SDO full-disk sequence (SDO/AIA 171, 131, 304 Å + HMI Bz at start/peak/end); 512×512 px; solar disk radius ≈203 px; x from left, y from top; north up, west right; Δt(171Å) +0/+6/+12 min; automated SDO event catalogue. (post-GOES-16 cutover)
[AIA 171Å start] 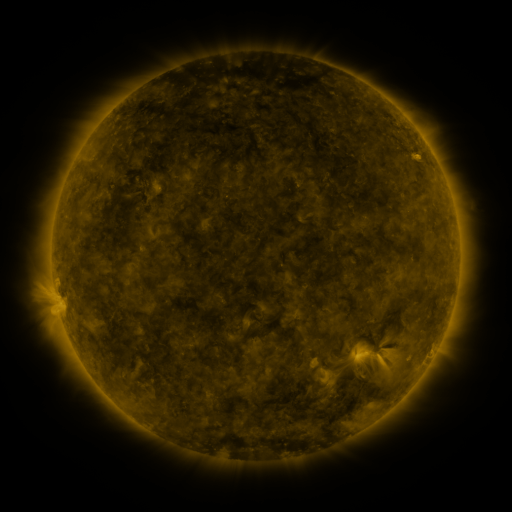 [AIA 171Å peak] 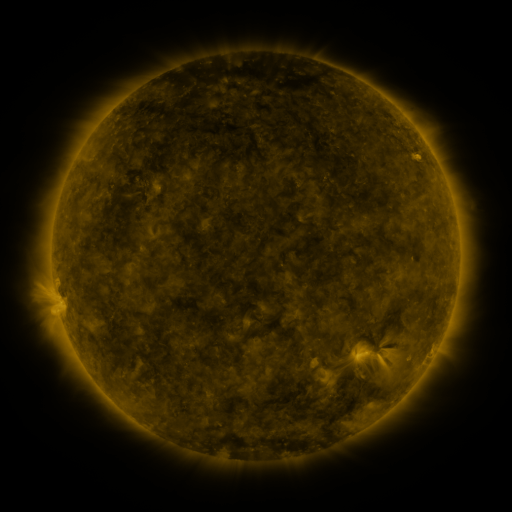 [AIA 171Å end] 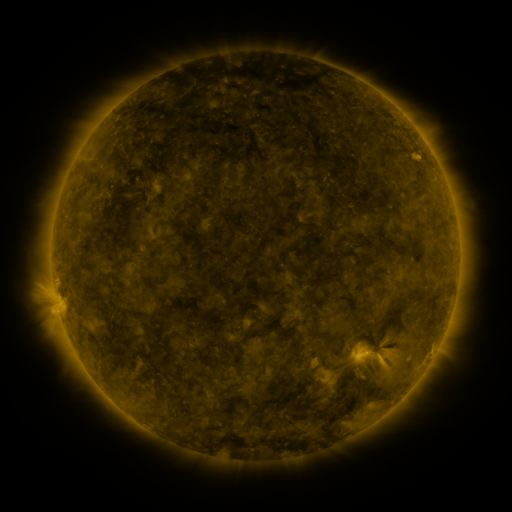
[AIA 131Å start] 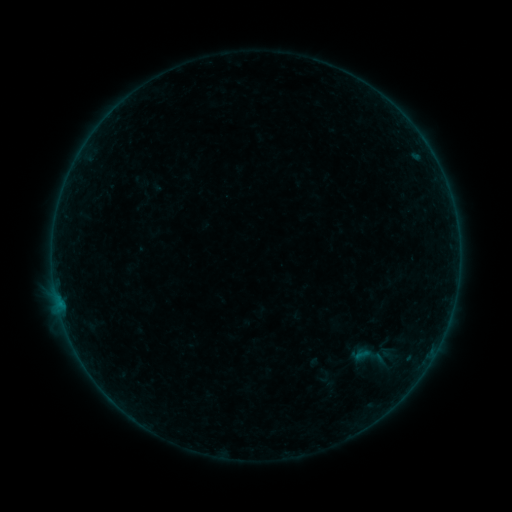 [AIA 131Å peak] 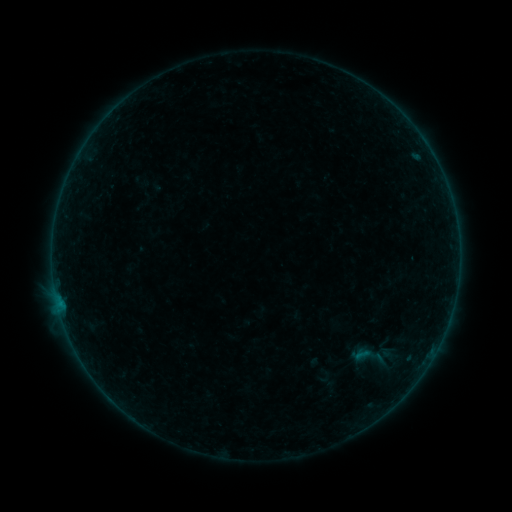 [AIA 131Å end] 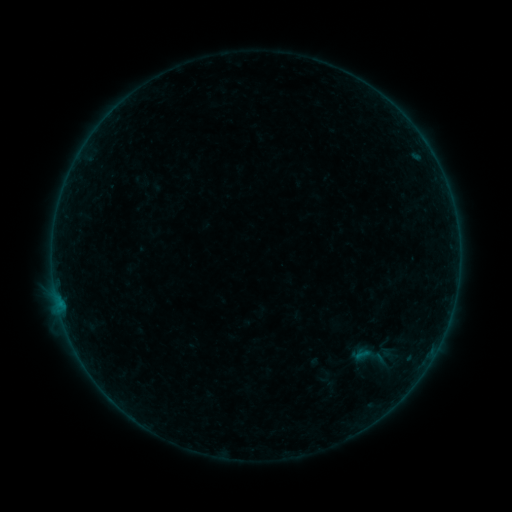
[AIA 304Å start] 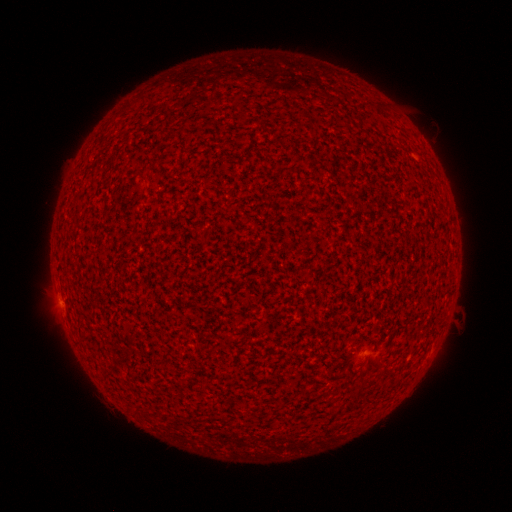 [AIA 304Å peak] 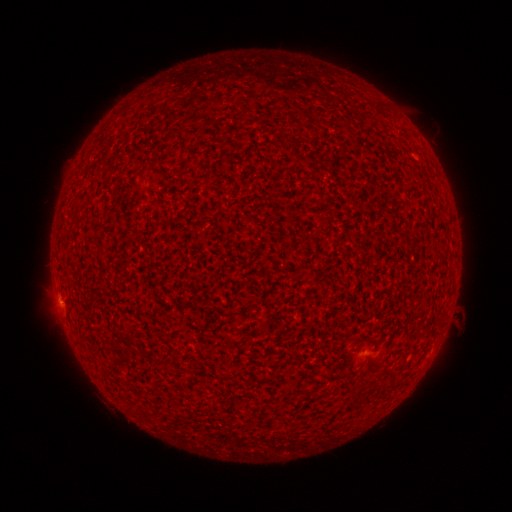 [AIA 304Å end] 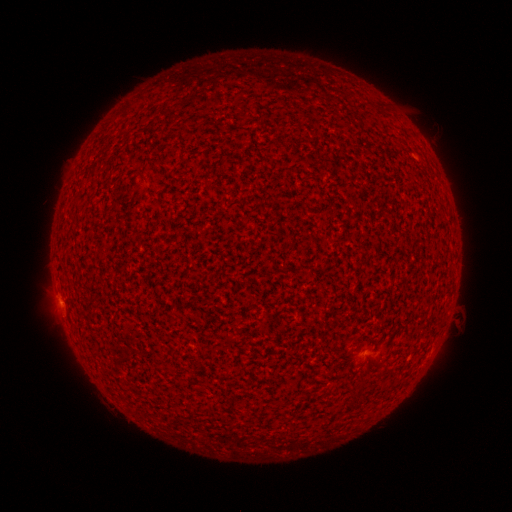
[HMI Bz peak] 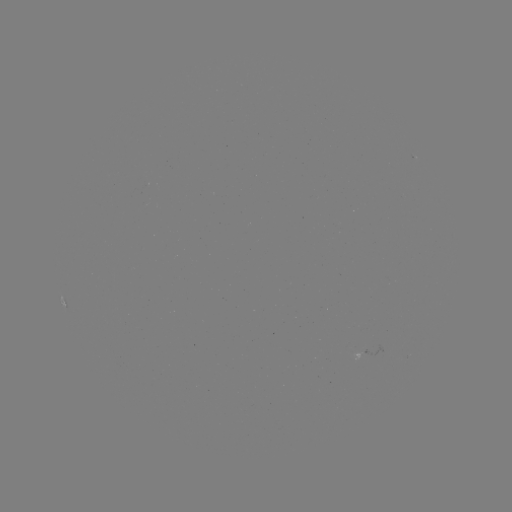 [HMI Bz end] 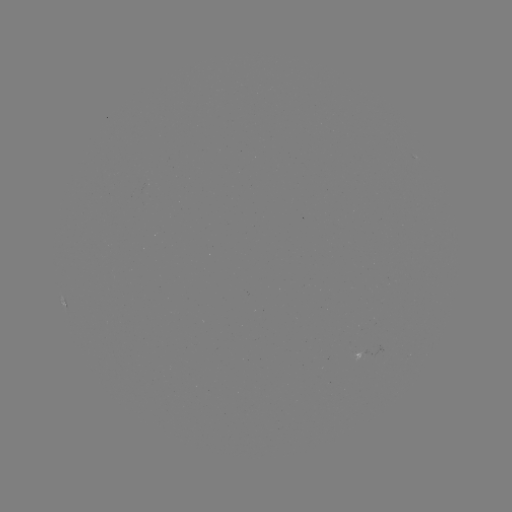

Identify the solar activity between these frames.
B1.0 flare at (59, 303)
